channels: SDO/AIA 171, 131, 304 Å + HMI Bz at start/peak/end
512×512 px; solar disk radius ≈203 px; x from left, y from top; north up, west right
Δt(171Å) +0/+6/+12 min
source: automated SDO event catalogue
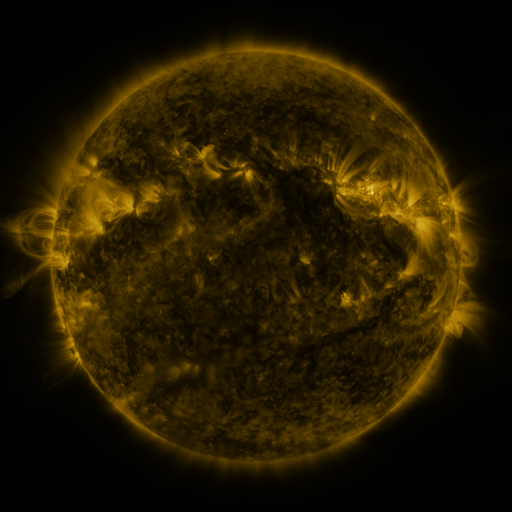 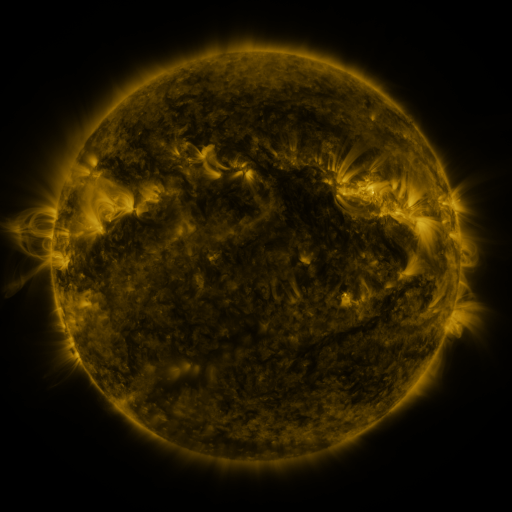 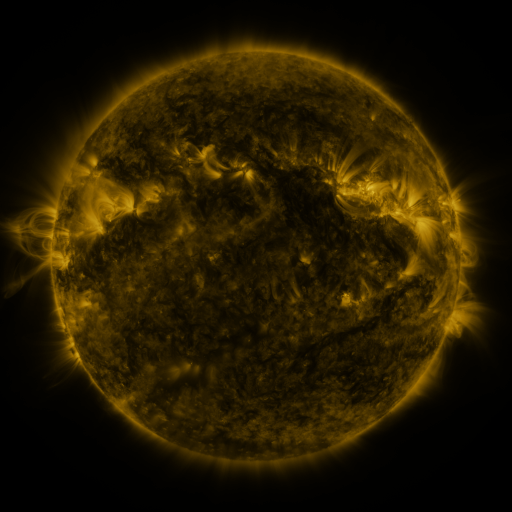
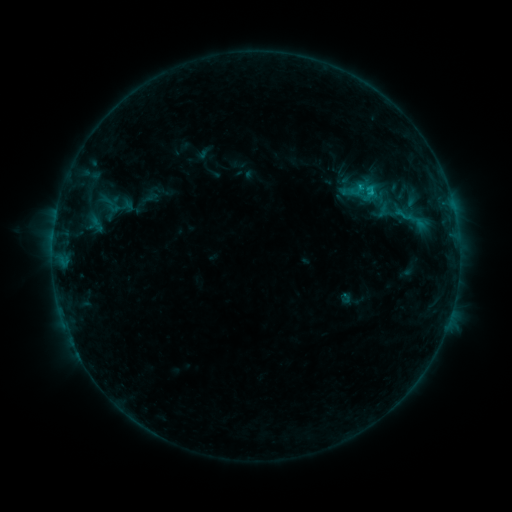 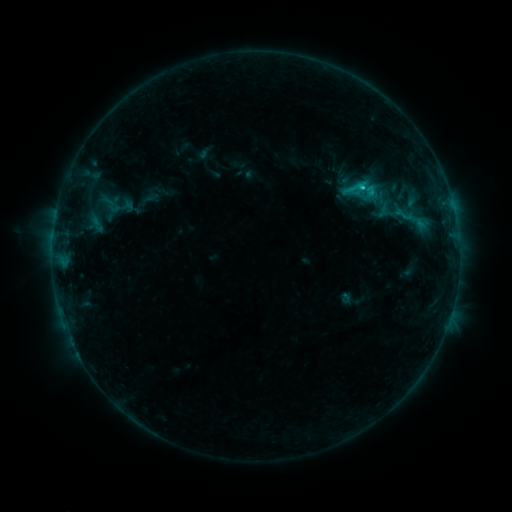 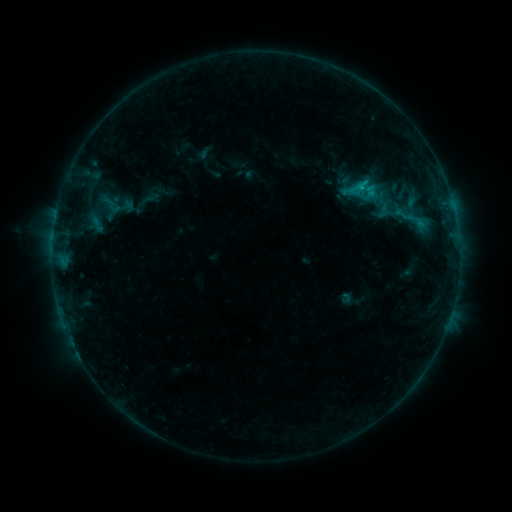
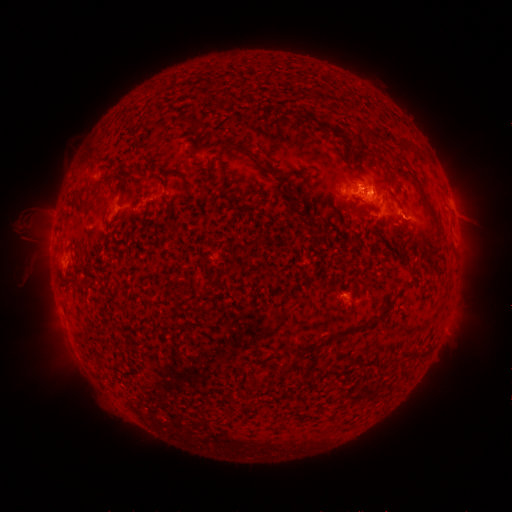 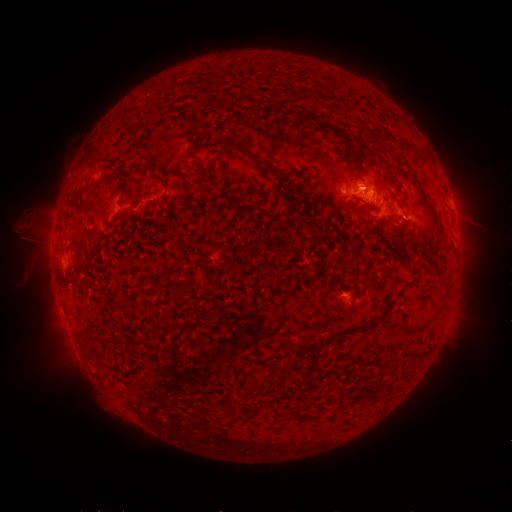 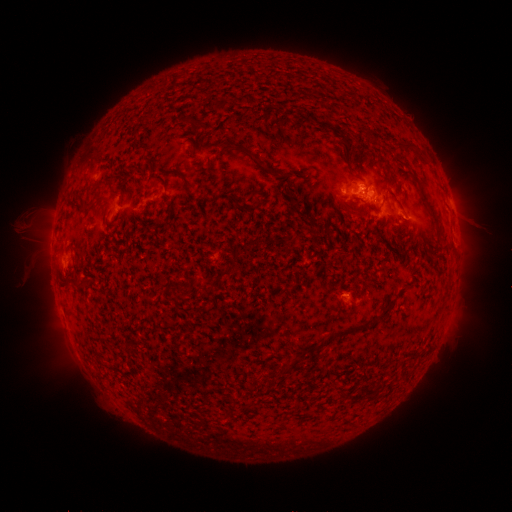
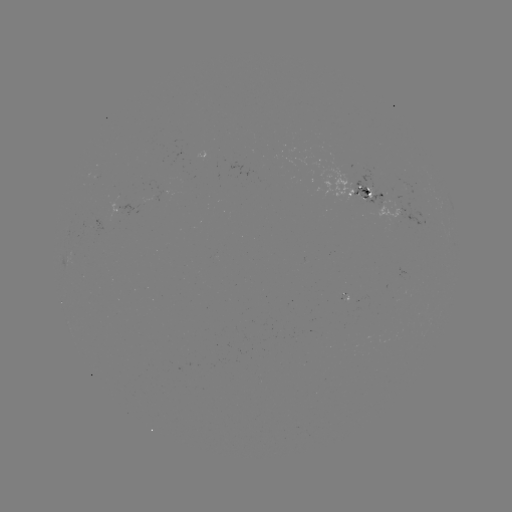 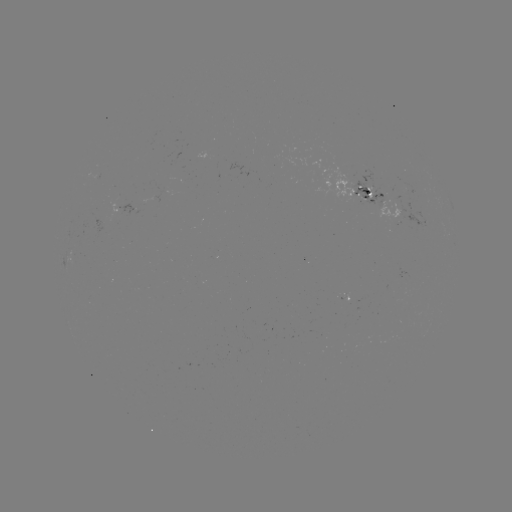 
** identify C1.1 flare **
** [361, 190] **